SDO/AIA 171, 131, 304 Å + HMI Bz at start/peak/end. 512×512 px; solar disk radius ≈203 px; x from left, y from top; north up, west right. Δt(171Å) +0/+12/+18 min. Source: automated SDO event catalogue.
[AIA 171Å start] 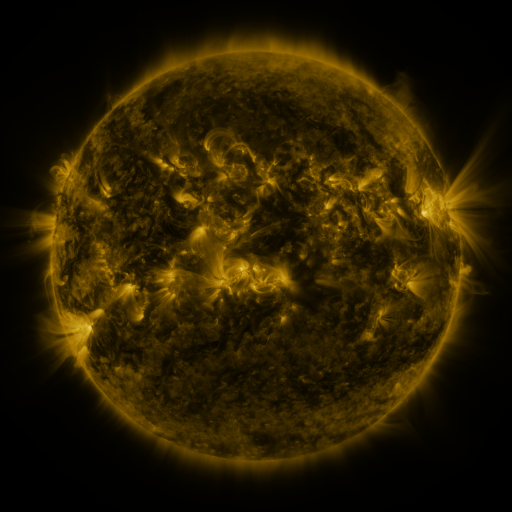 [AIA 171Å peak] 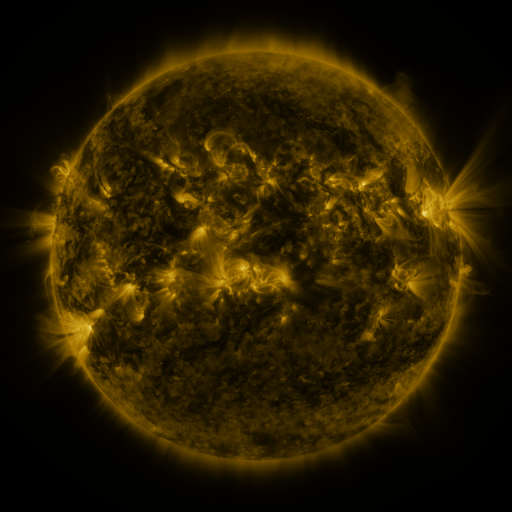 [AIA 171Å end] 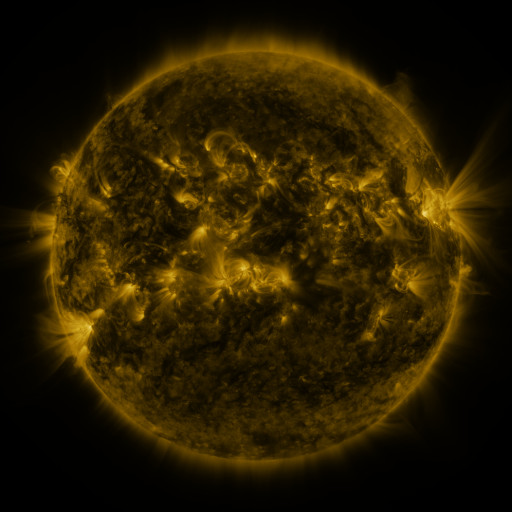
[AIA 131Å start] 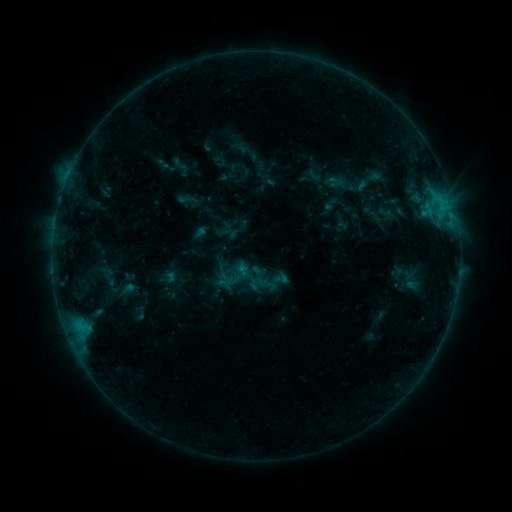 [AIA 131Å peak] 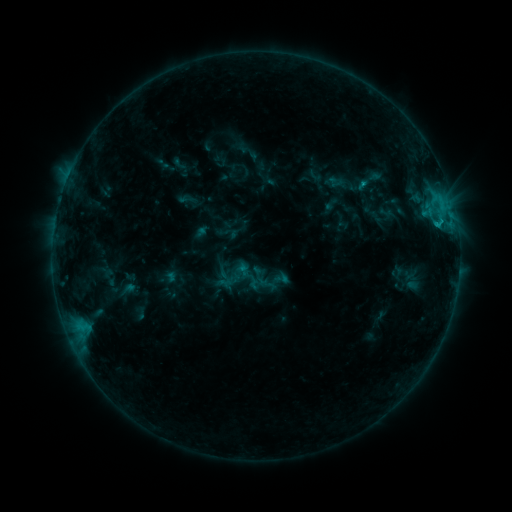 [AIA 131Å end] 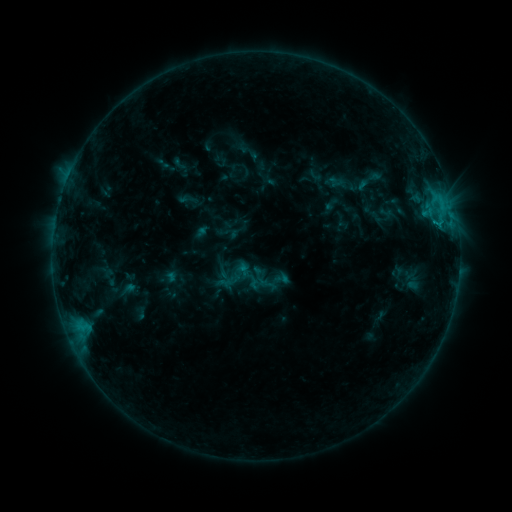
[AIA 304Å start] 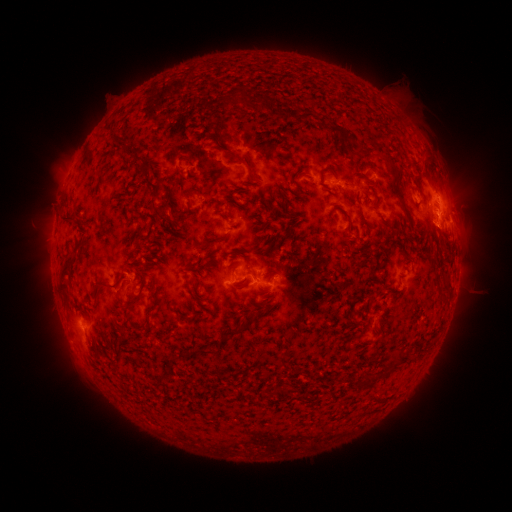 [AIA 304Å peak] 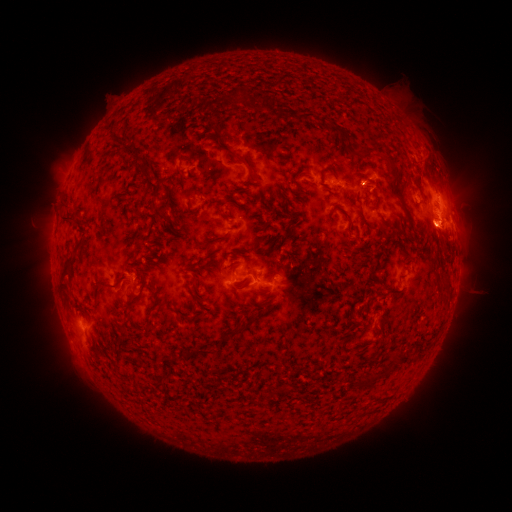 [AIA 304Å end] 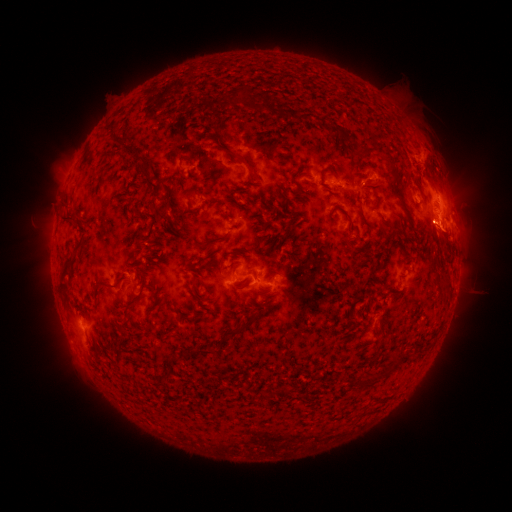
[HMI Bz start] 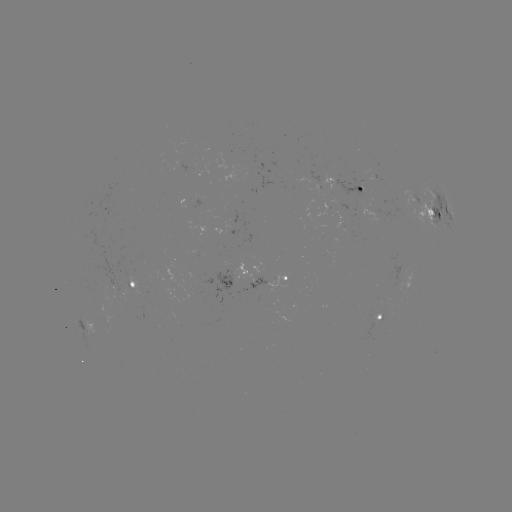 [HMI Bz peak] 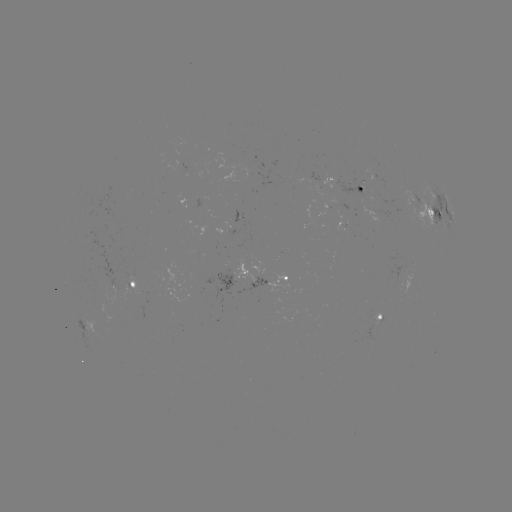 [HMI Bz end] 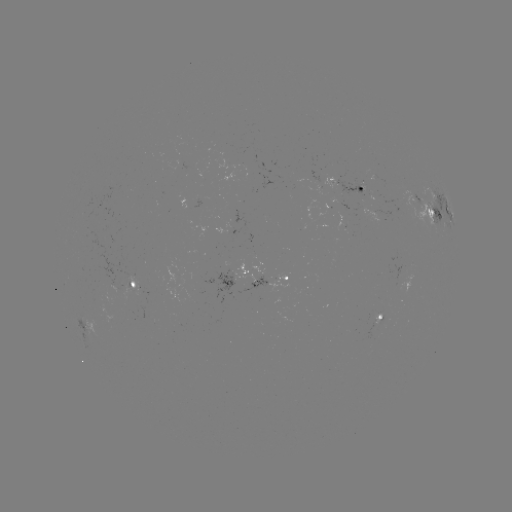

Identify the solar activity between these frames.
B8.6 flare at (436, 227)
